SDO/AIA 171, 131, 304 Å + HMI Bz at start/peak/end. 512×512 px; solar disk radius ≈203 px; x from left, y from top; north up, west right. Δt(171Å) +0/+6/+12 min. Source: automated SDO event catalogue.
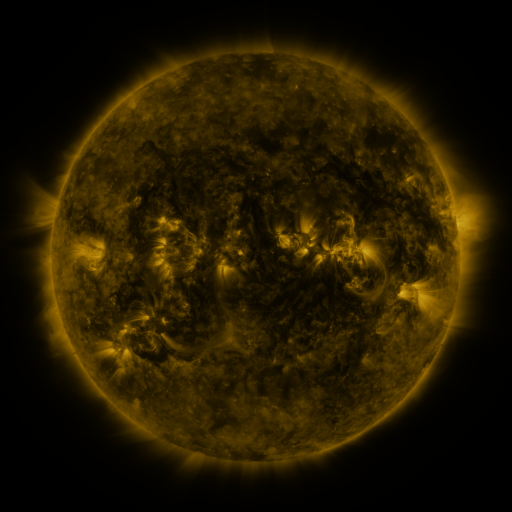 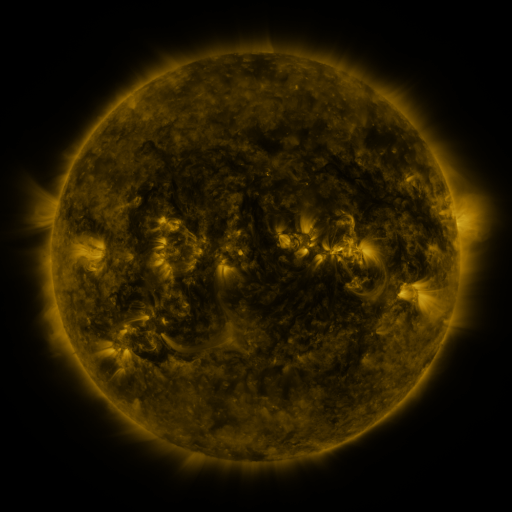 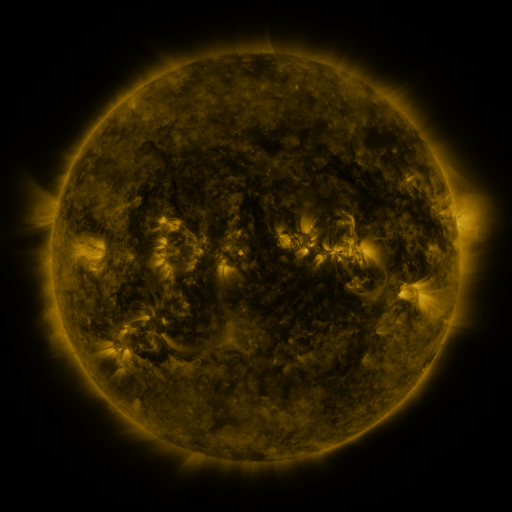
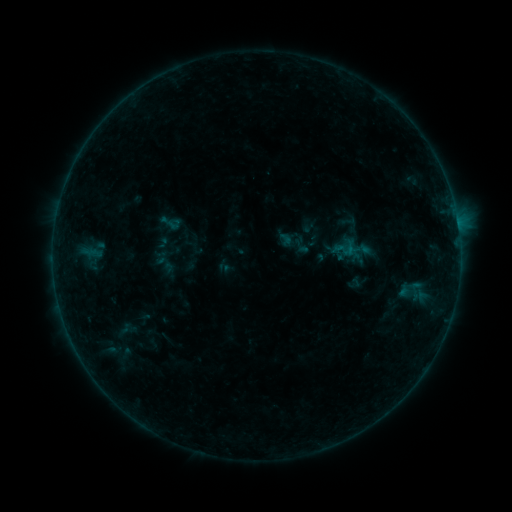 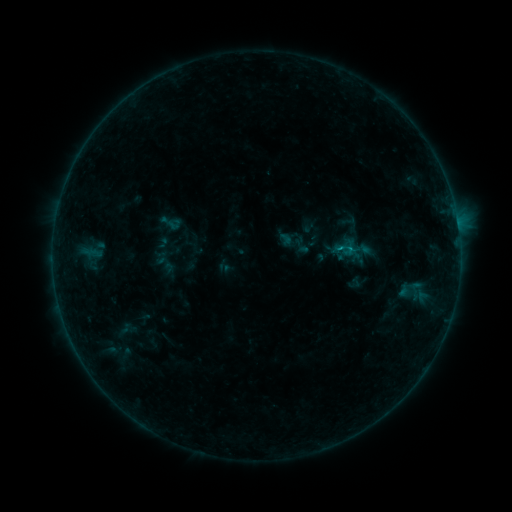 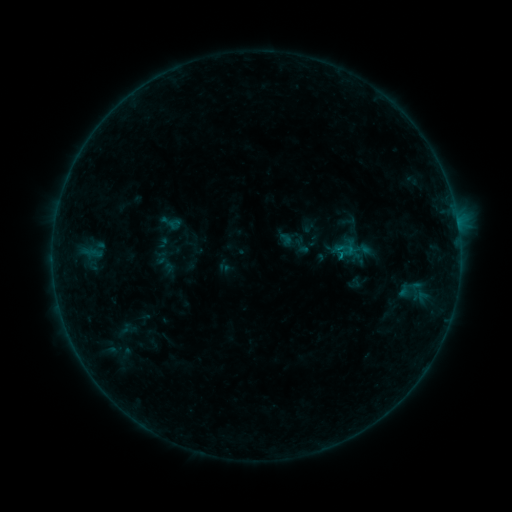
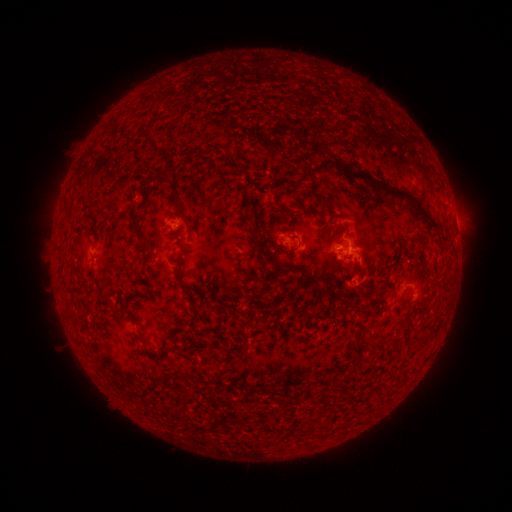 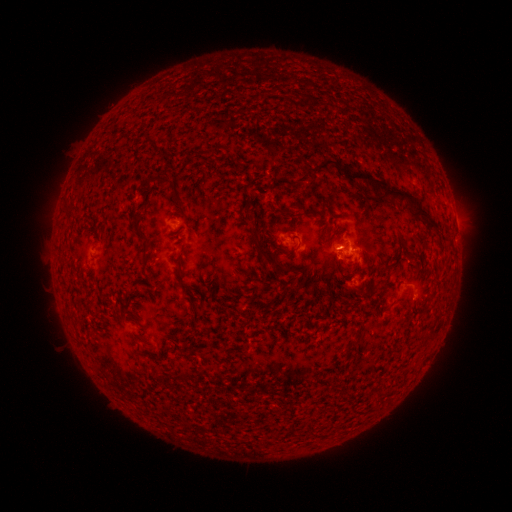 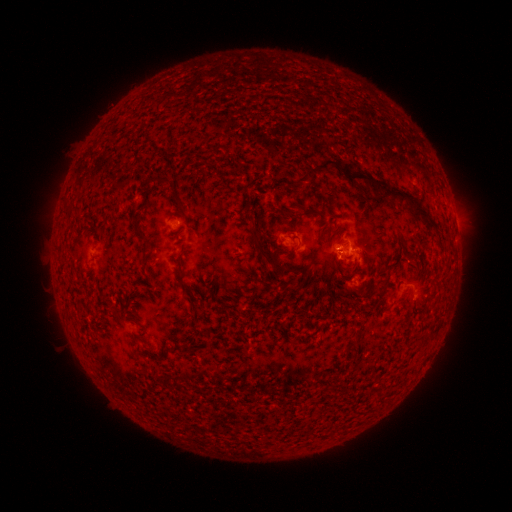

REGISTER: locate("B2.8 flare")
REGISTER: (338, 251)